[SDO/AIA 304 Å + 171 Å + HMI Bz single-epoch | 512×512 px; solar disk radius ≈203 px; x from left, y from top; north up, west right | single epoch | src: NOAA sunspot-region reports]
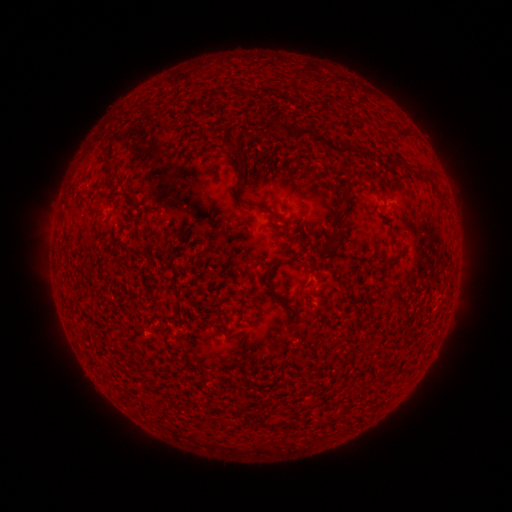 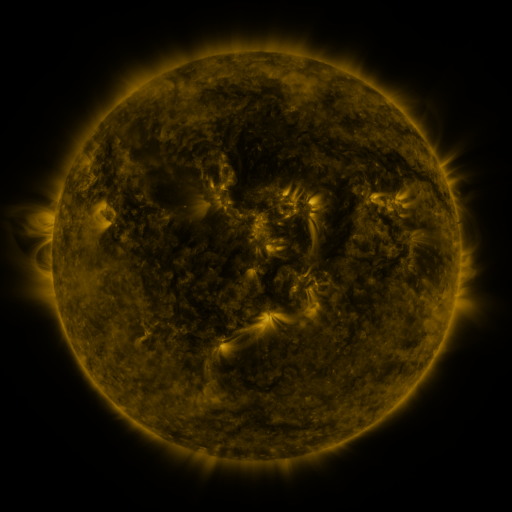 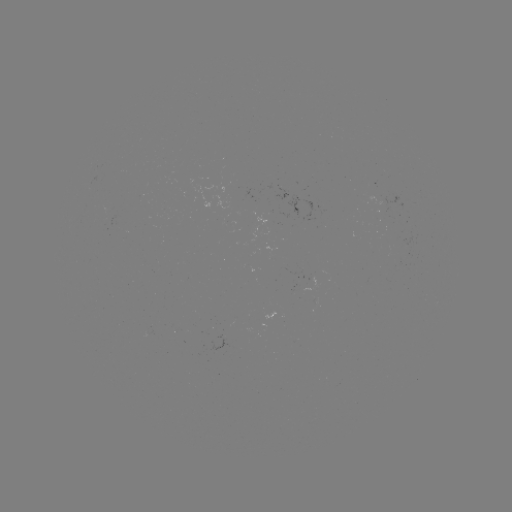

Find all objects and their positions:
(none)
